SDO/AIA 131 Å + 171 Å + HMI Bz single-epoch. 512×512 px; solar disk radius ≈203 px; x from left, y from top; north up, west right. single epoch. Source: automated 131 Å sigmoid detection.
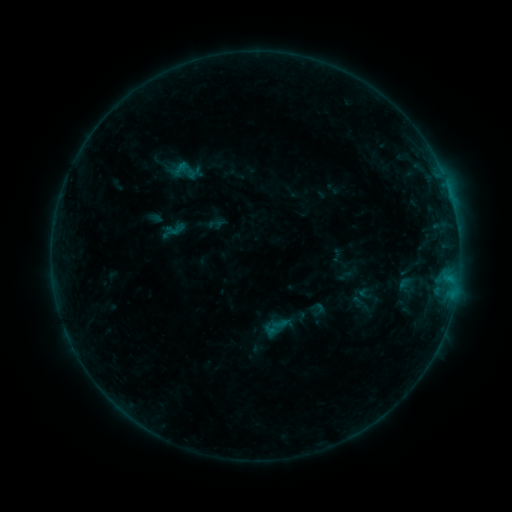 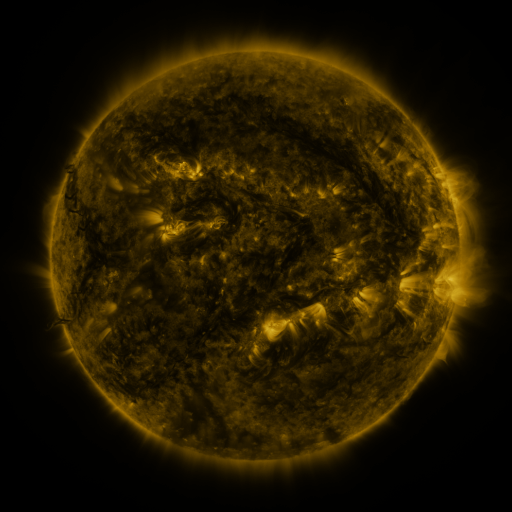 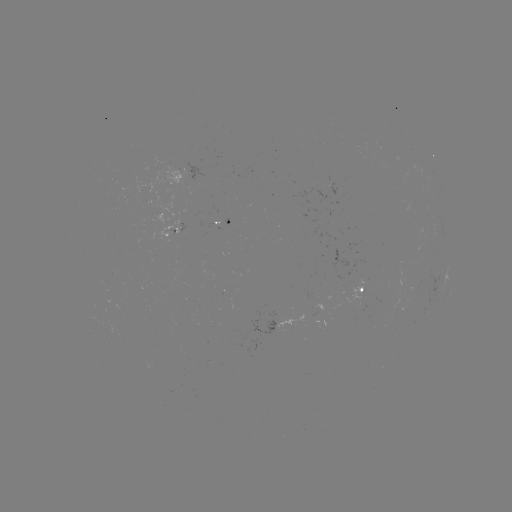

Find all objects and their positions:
sigmoid: (174, 230)
